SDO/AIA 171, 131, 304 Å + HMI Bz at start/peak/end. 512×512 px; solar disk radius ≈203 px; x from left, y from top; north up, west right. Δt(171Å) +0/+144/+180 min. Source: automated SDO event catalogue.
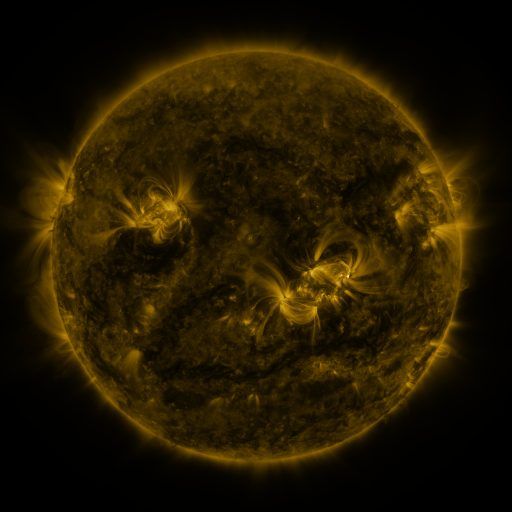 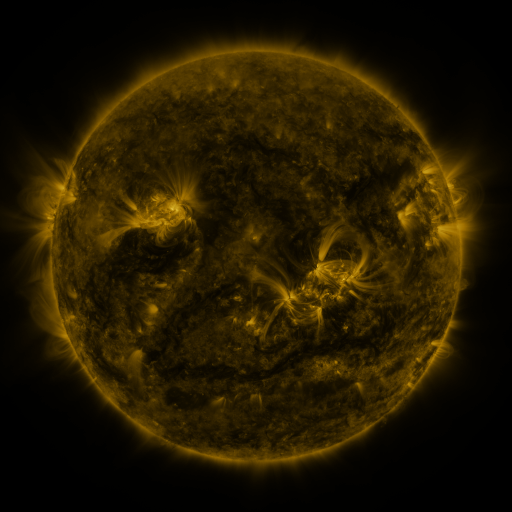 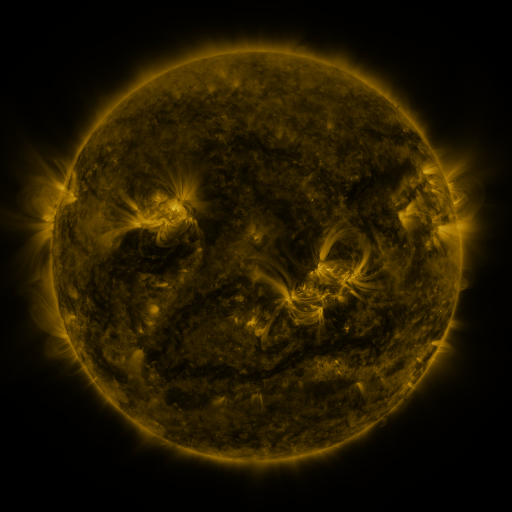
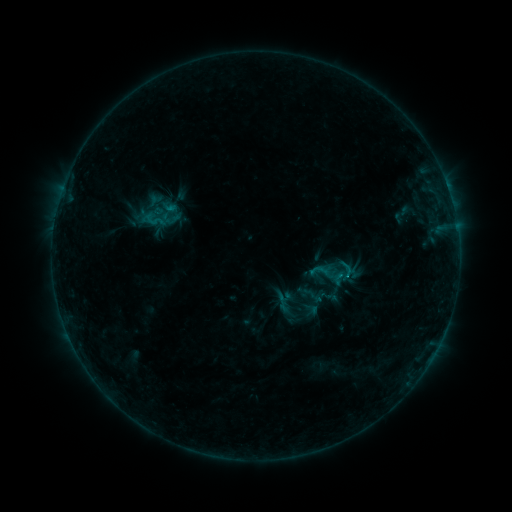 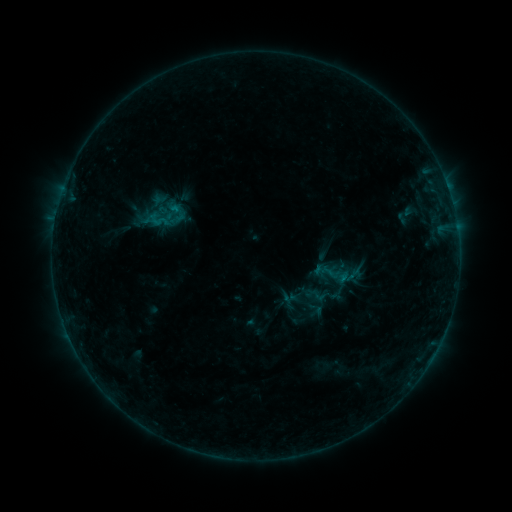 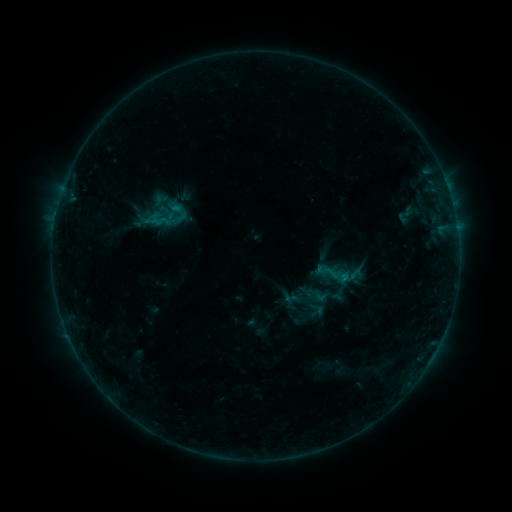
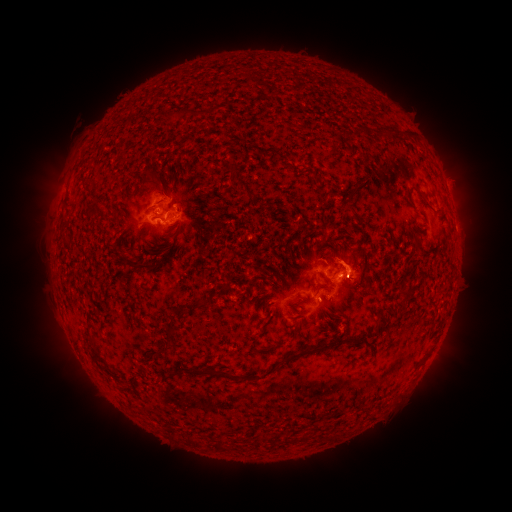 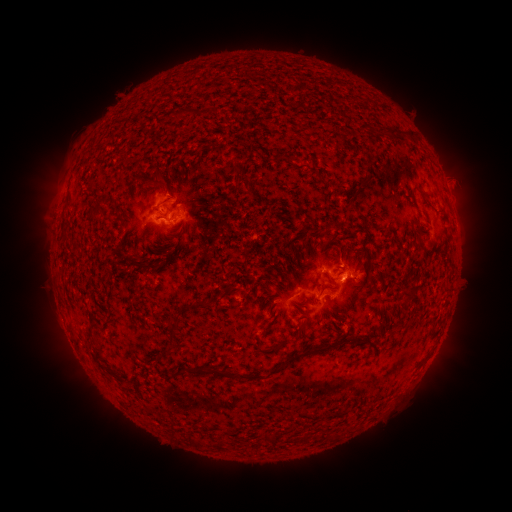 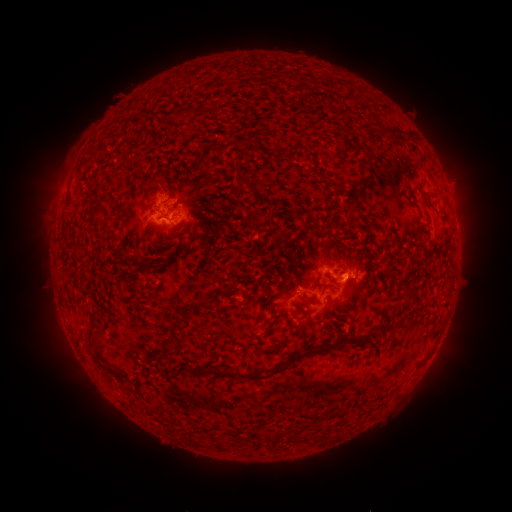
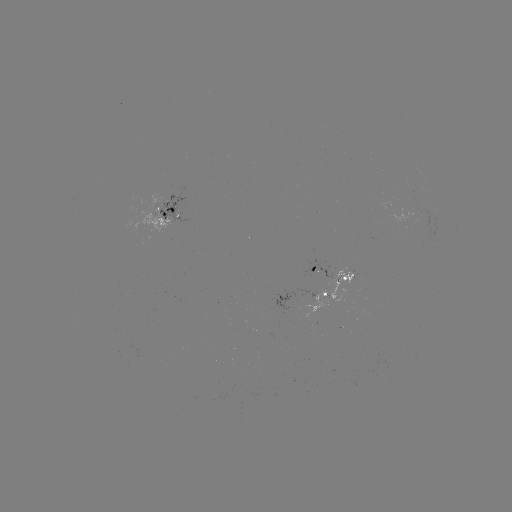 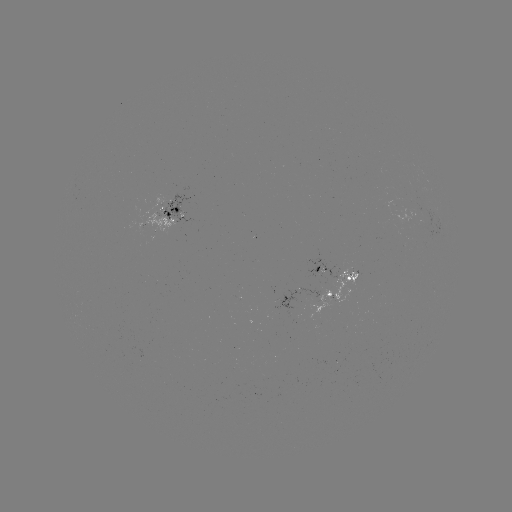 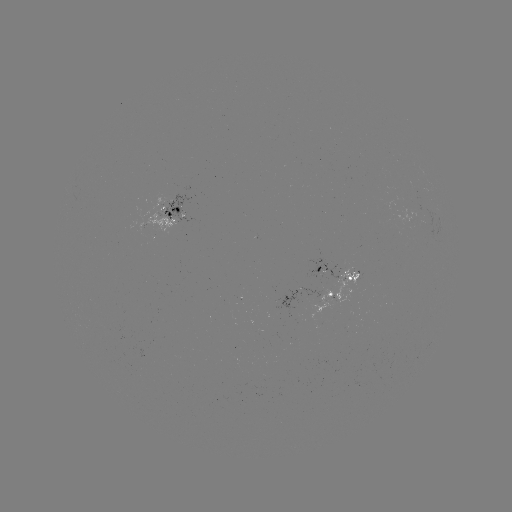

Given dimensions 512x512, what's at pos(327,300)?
emerging-flux region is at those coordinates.